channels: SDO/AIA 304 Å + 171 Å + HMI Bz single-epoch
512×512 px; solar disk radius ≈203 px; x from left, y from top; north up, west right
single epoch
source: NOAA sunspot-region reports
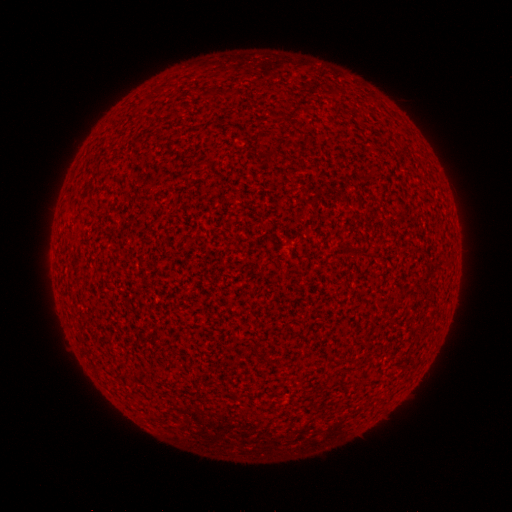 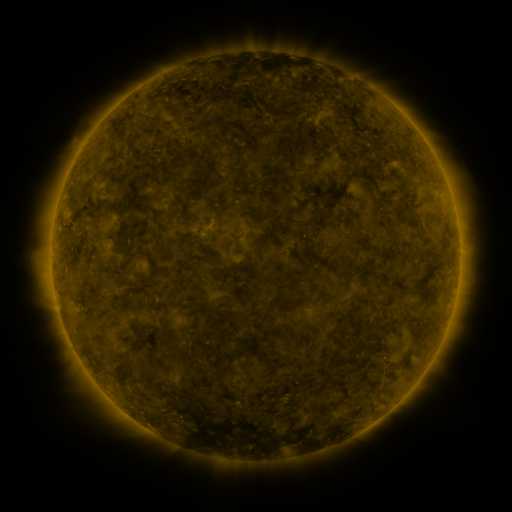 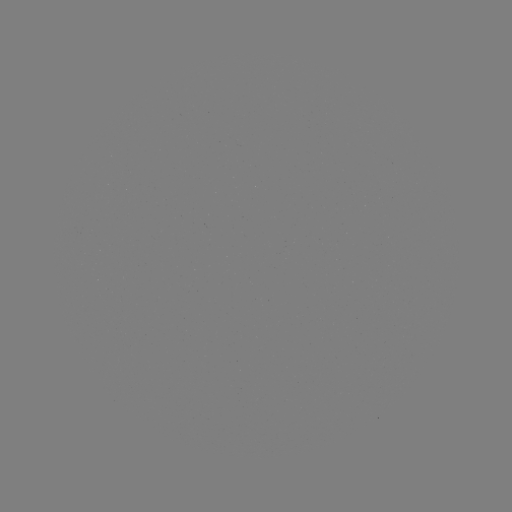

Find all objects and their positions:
(none)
